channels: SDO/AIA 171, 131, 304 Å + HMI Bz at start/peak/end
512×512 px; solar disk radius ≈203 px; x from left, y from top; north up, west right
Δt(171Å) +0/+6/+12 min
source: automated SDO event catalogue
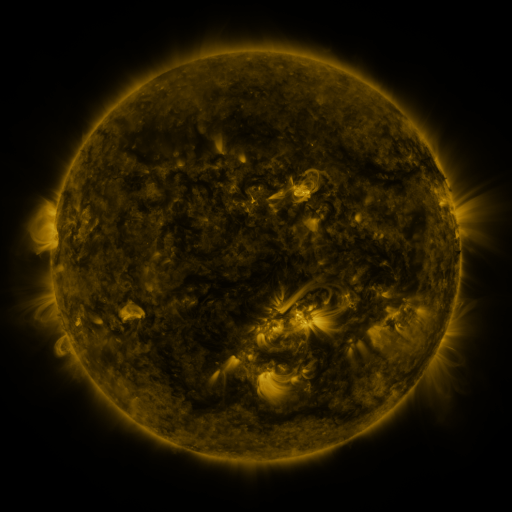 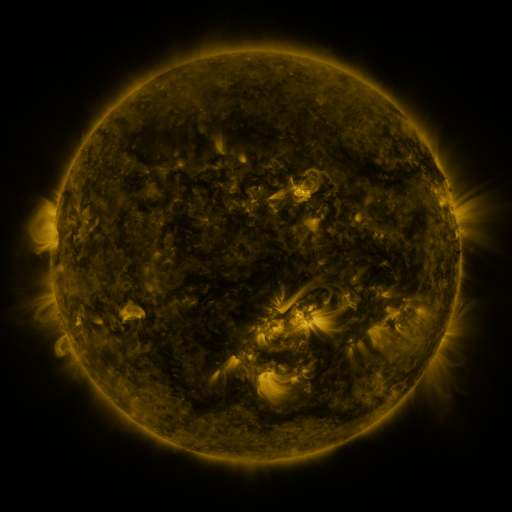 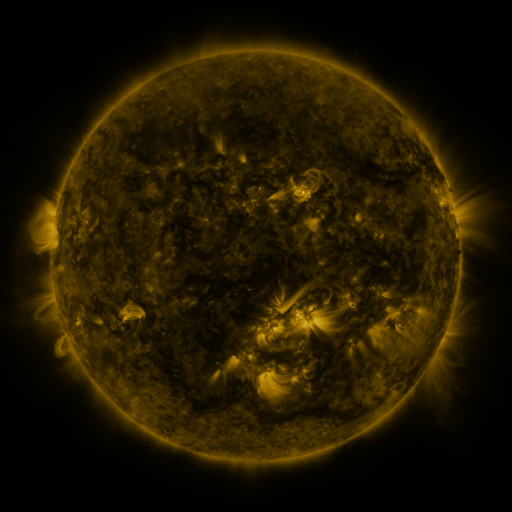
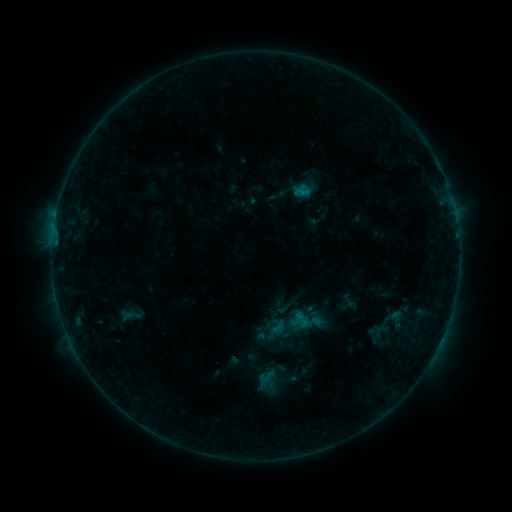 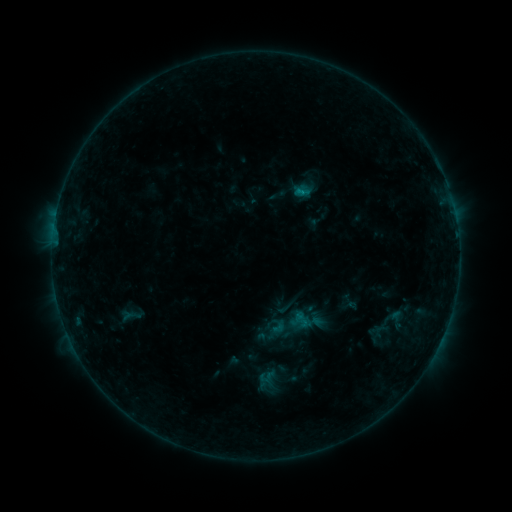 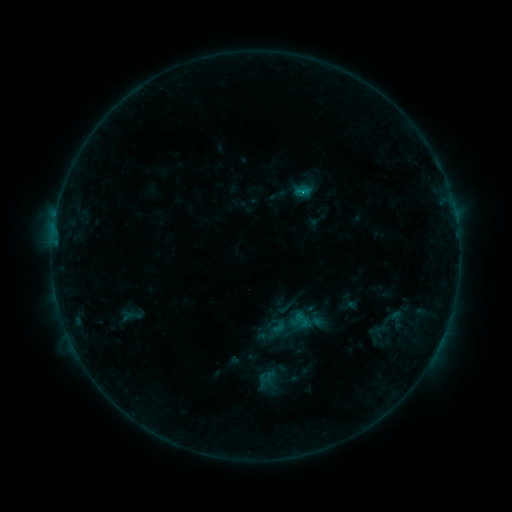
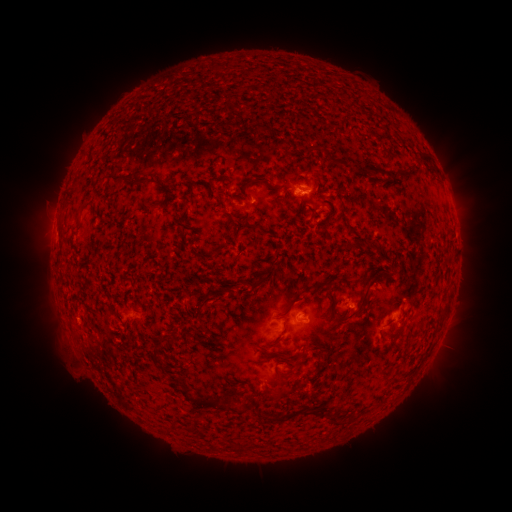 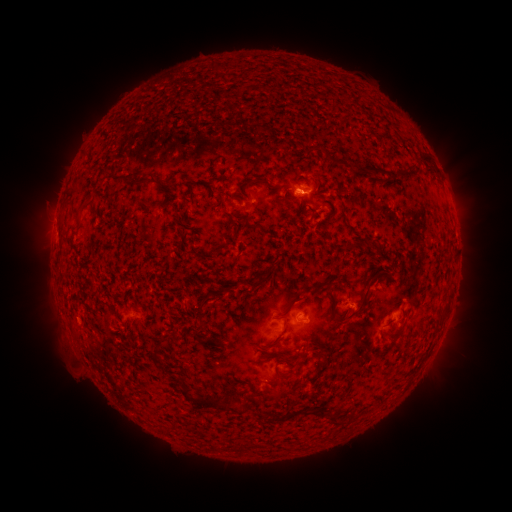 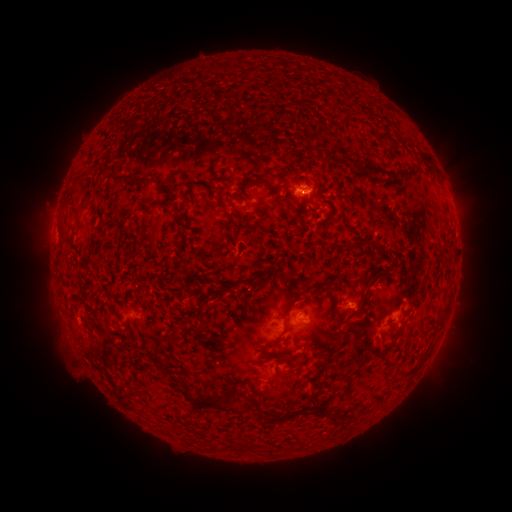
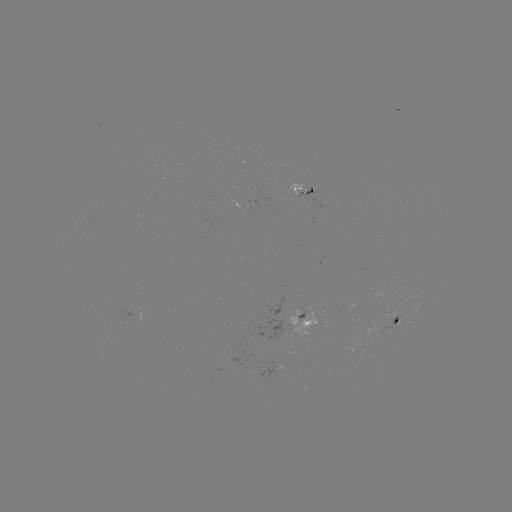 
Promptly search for B7.3 flare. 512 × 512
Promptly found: (298, 191).